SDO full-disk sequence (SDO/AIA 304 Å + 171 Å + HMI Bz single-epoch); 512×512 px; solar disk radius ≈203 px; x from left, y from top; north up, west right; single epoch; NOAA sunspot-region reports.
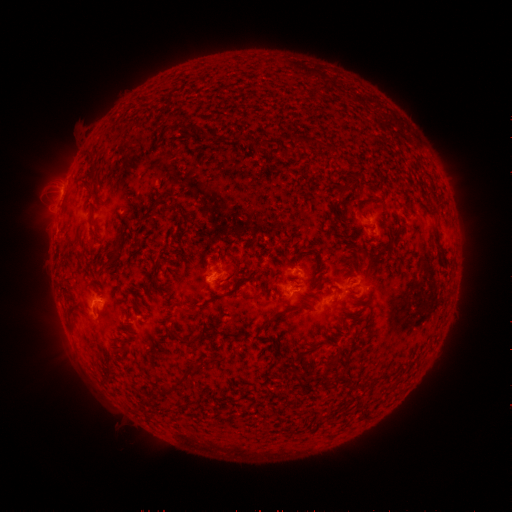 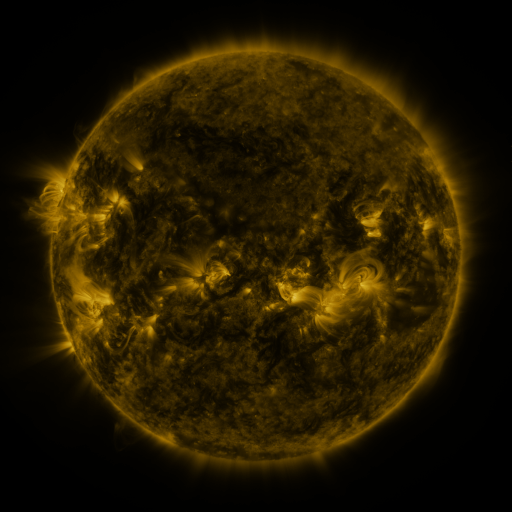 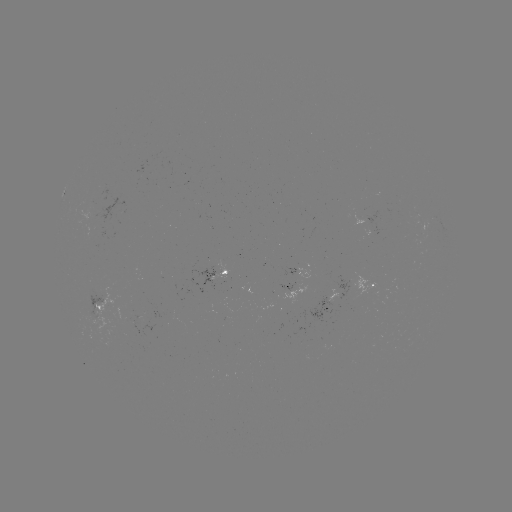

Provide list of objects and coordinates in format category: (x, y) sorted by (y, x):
spotted active region: (224, 272)
spotted active region: (308, 272)
spotted active region: (371, 283)
spotted active region: (290, 289)
spotted active region: (330, 300)
spotted active region: (100, 304)
